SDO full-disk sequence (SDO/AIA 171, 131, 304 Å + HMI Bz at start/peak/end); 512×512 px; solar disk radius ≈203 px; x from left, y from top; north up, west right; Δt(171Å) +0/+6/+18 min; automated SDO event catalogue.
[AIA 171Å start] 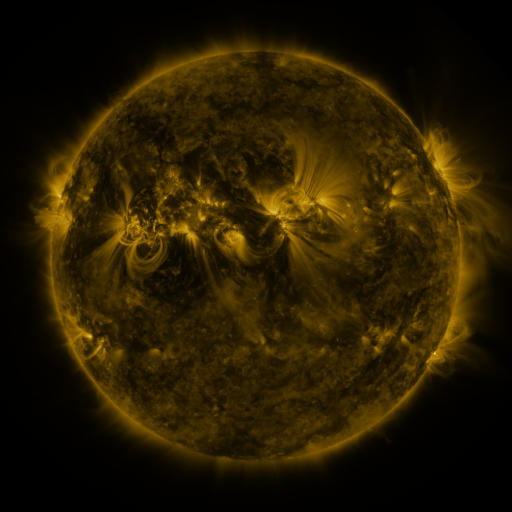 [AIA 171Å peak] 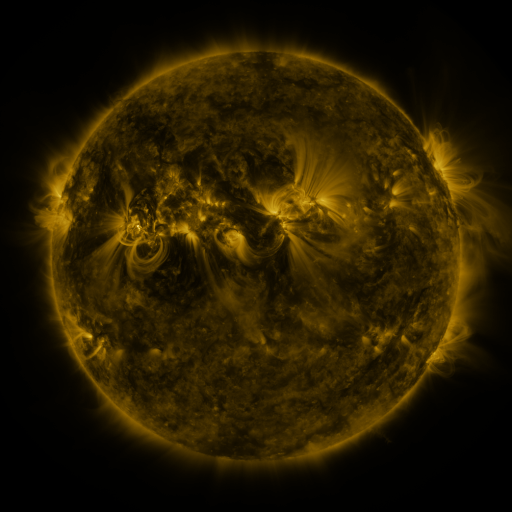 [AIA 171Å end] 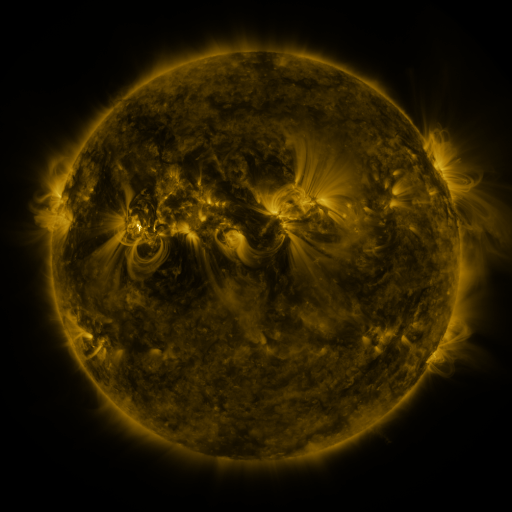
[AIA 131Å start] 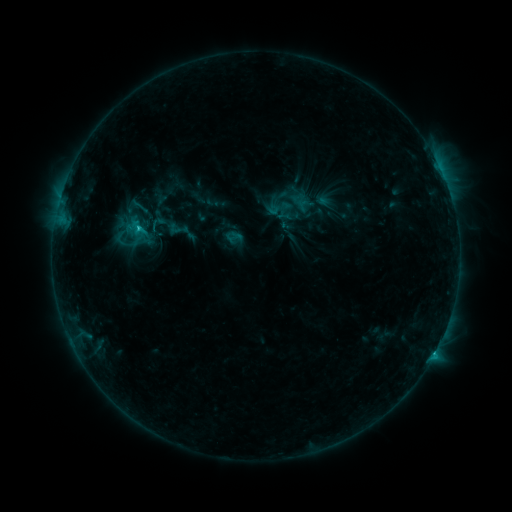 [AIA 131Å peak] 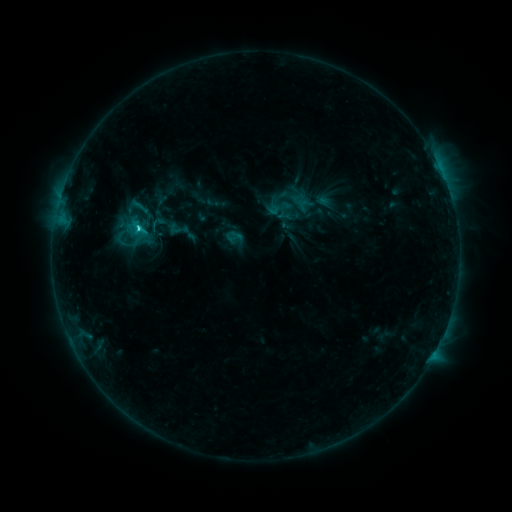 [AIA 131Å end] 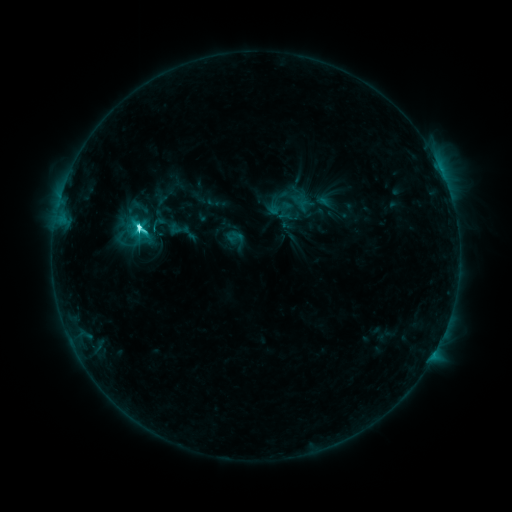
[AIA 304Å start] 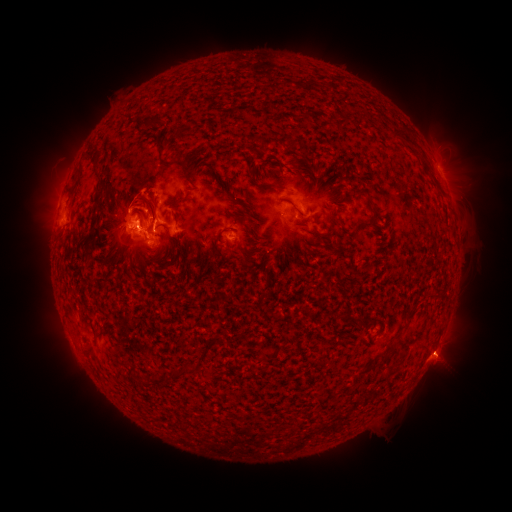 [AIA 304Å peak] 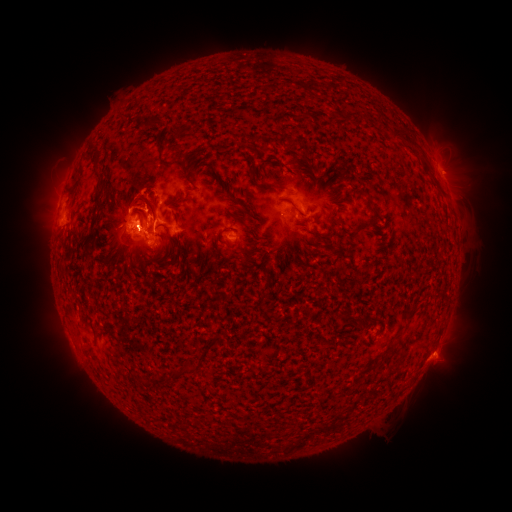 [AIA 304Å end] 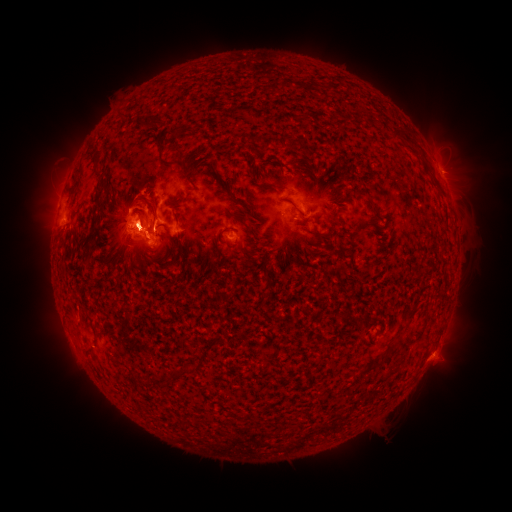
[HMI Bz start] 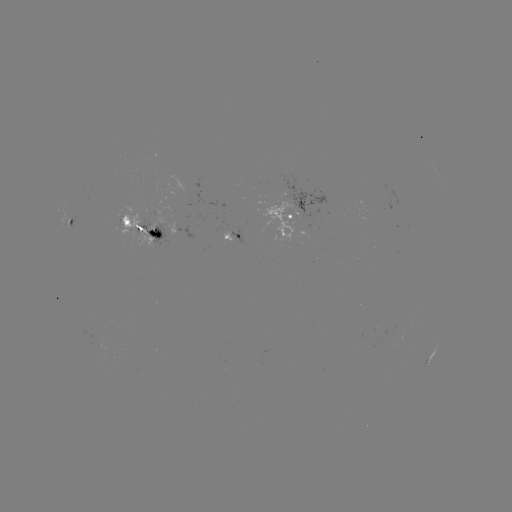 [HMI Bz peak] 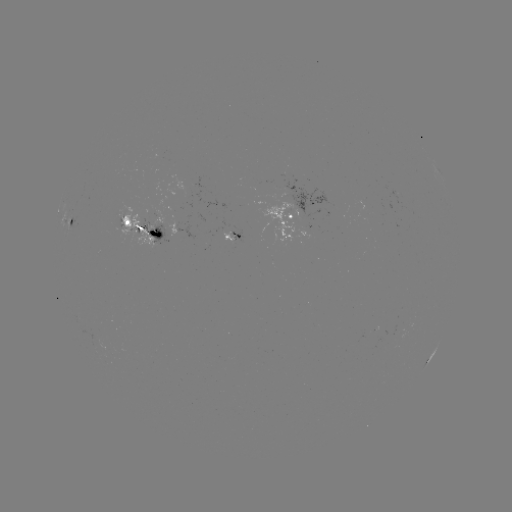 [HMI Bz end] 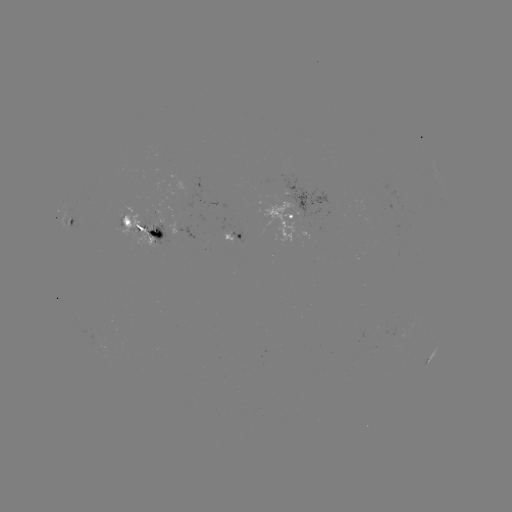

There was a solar flare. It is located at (139, 229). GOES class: C9.5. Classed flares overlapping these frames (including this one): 1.